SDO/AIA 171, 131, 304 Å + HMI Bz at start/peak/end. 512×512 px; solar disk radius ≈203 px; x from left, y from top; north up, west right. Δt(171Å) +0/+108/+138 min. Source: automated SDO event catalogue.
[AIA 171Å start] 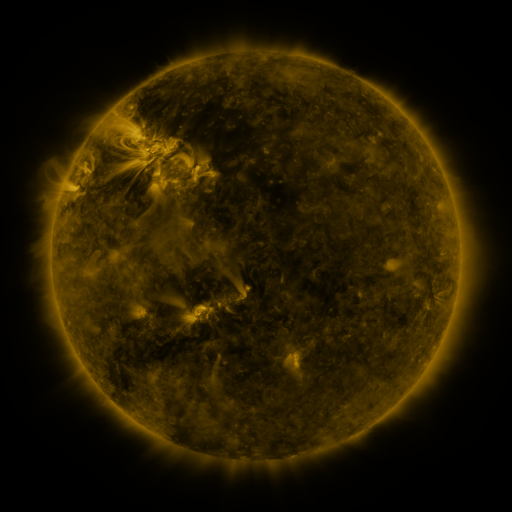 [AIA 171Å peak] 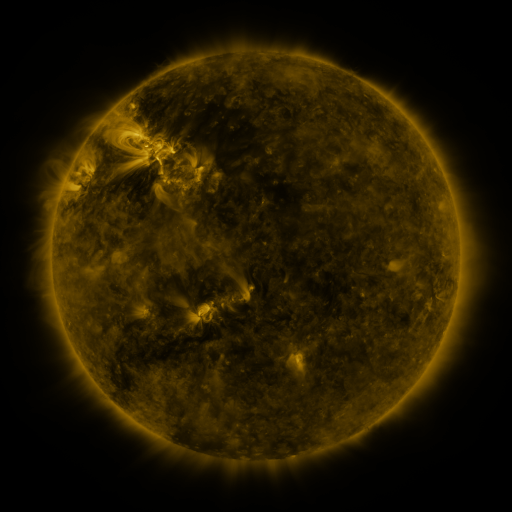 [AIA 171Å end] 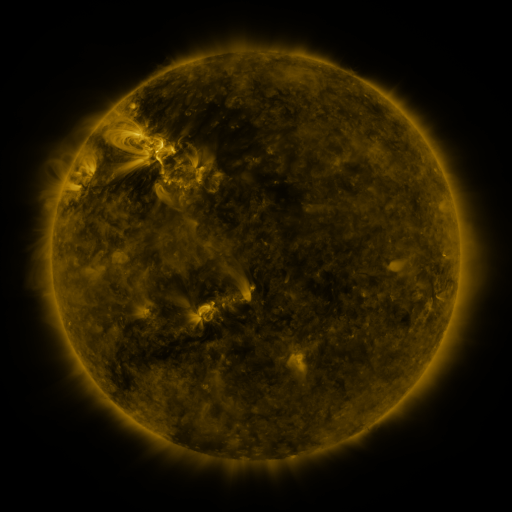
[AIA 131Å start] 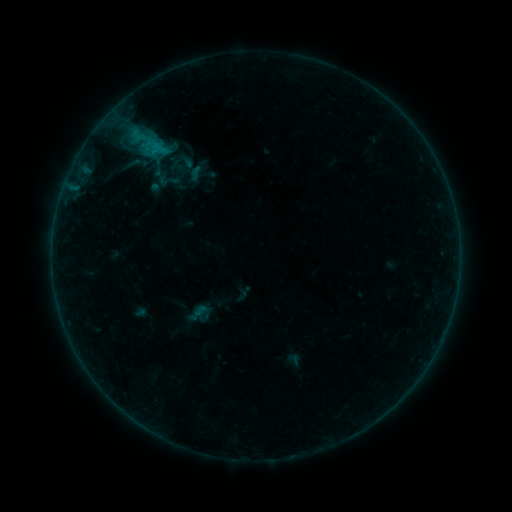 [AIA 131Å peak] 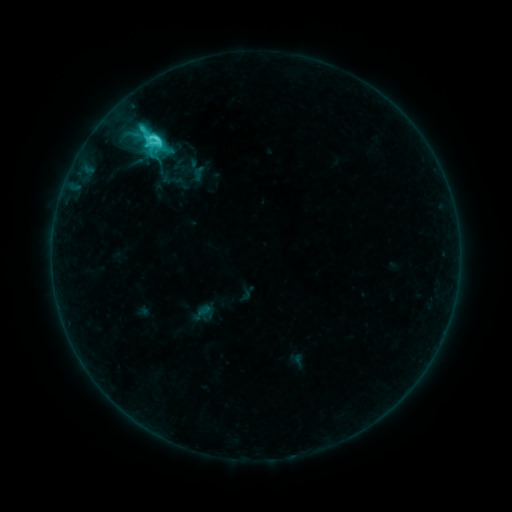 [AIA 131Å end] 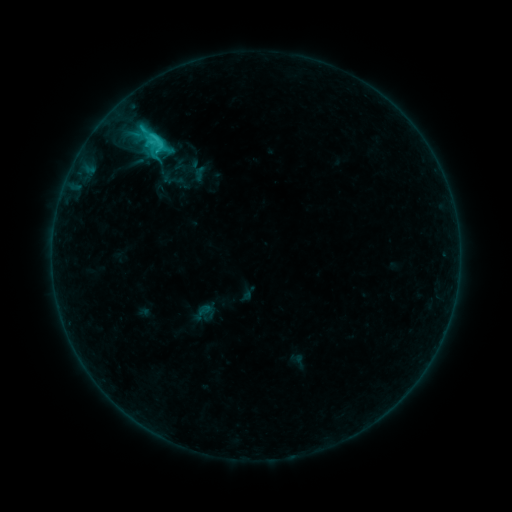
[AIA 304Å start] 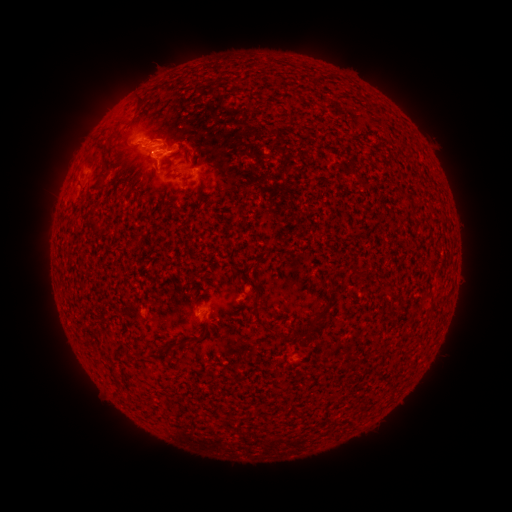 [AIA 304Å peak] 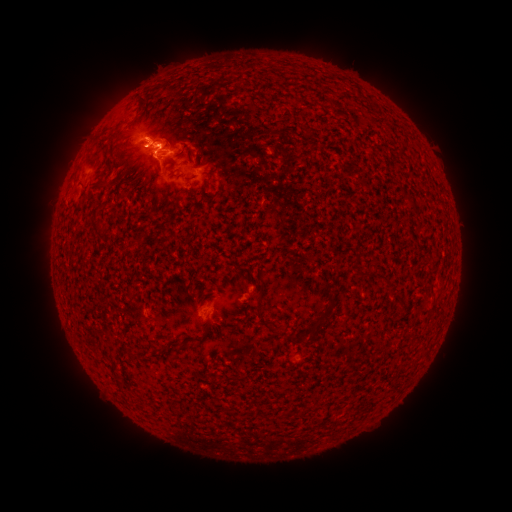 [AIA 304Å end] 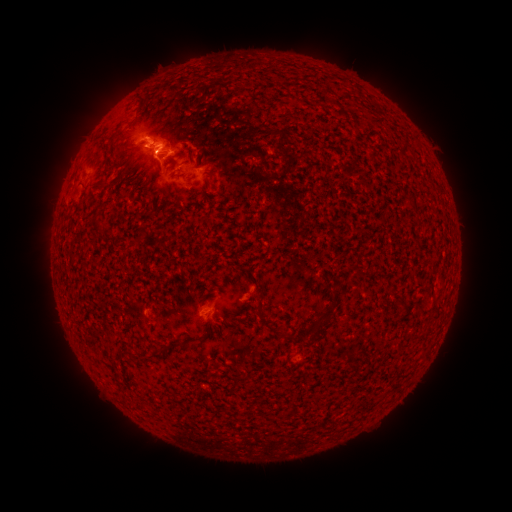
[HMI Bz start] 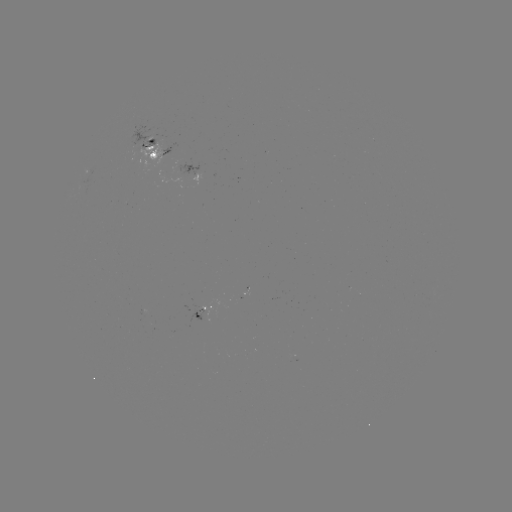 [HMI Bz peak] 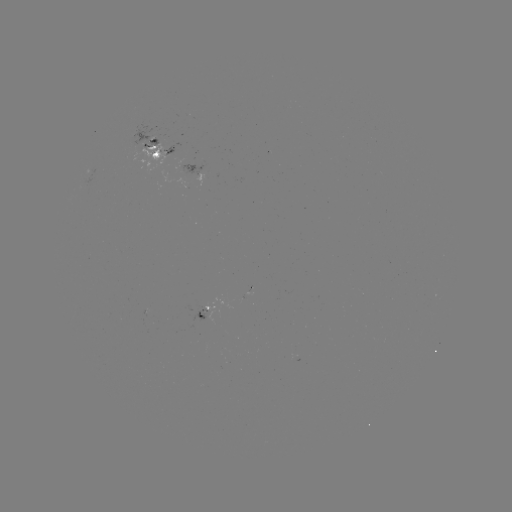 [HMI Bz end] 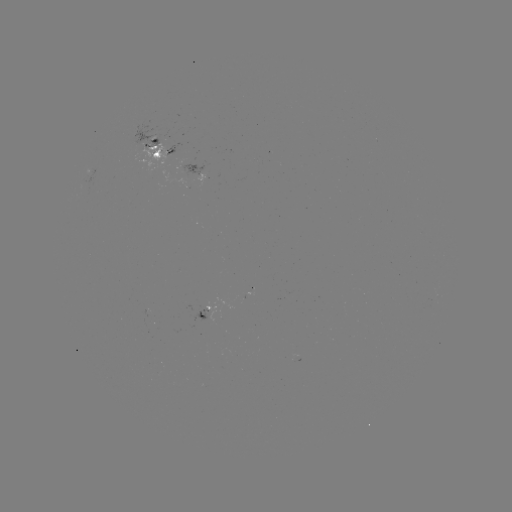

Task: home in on C6.0 flare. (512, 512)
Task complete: (161, 147).